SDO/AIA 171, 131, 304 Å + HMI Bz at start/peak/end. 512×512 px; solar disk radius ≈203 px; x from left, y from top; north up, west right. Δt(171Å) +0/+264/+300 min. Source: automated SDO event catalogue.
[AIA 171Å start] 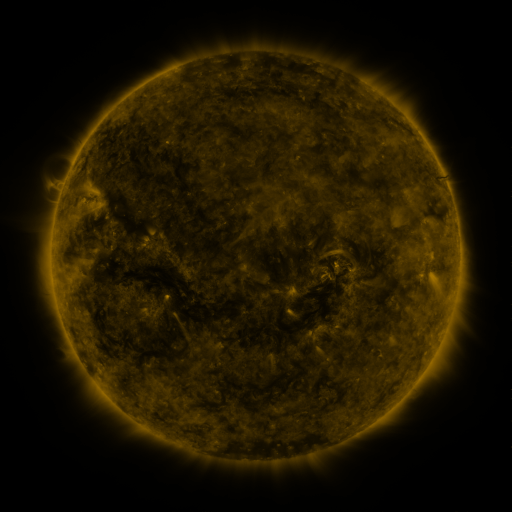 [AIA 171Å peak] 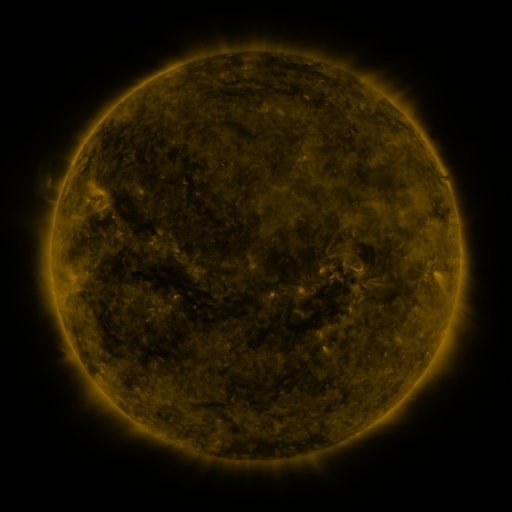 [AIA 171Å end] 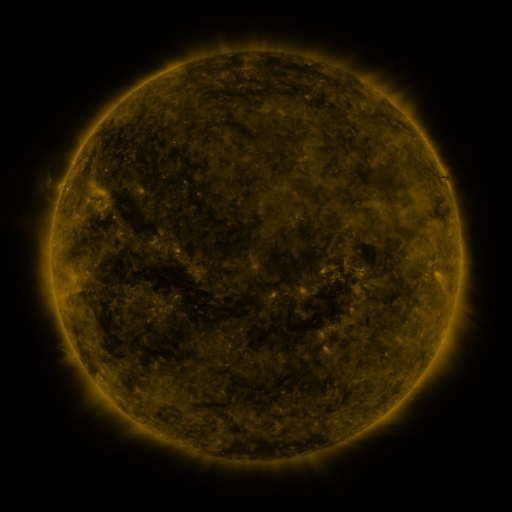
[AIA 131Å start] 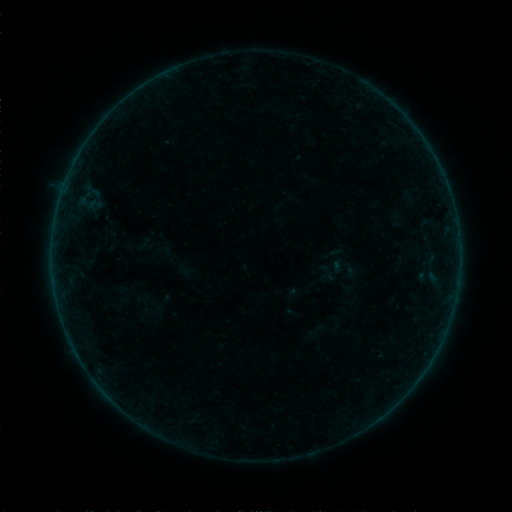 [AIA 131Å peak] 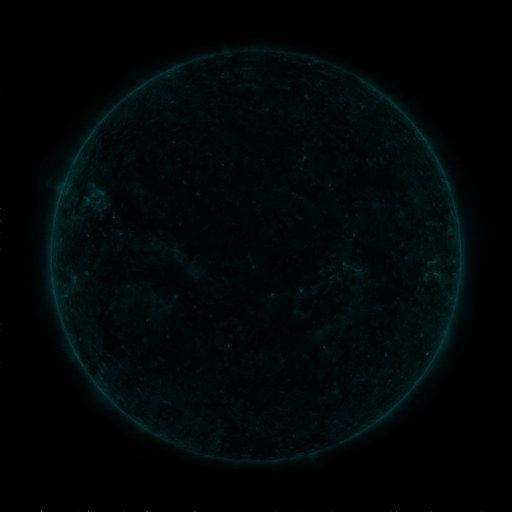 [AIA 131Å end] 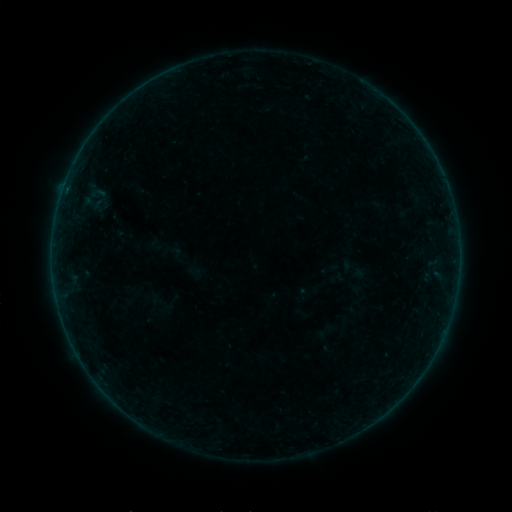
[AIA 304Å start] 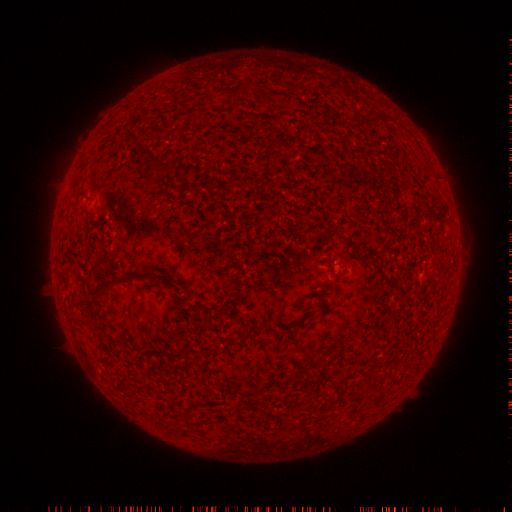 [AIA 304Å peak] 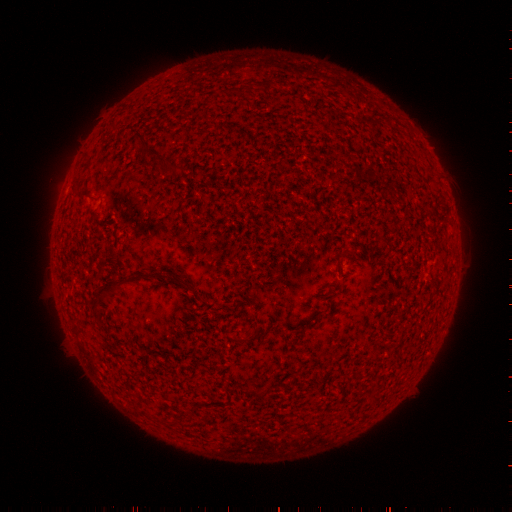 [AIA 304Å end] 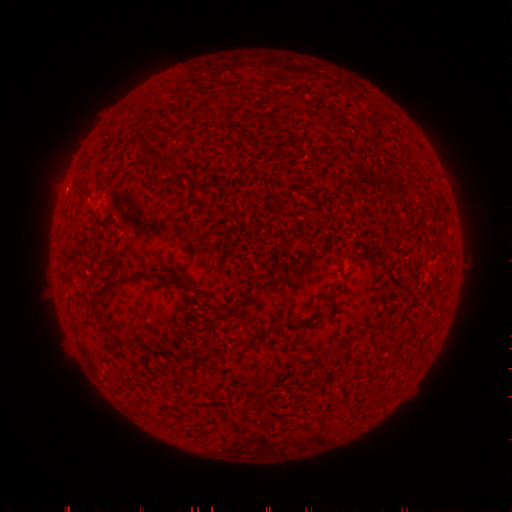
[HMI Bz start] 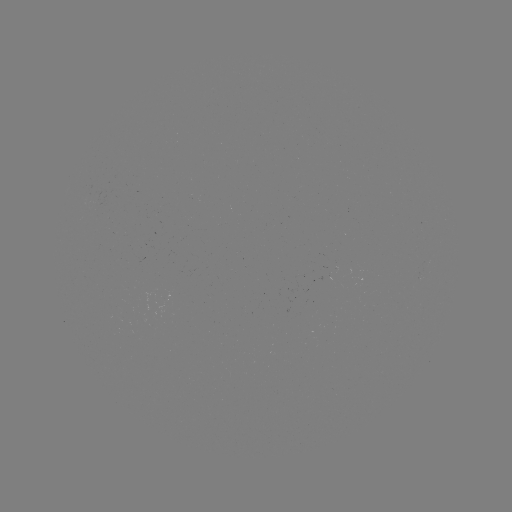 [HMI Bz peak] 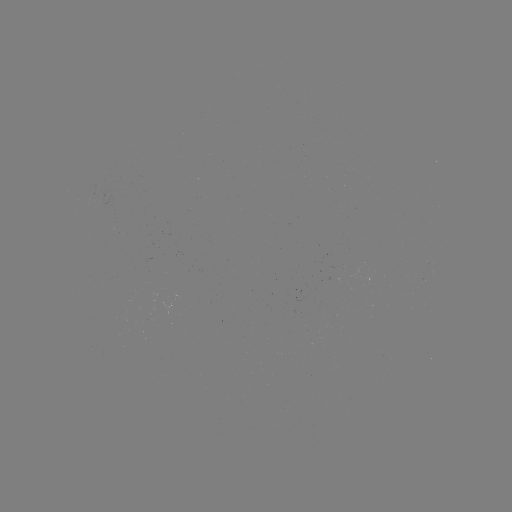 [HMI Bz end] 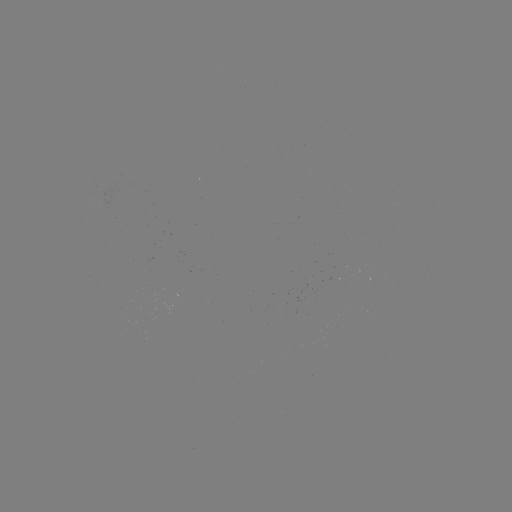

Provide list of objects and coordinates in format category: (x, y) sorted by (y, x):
emerging-flux region: (92, 198)
